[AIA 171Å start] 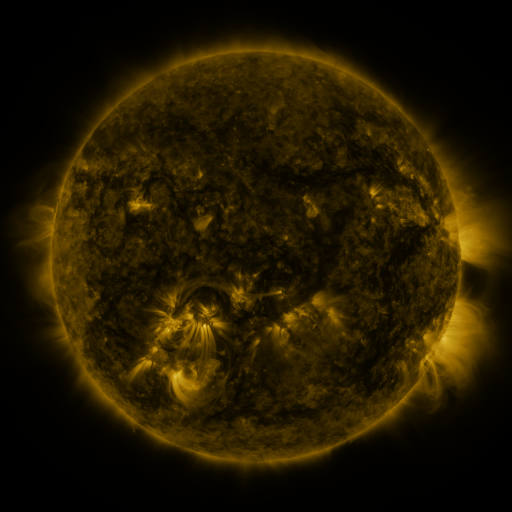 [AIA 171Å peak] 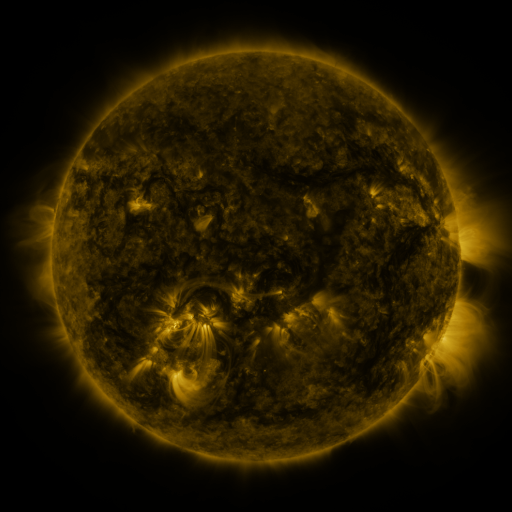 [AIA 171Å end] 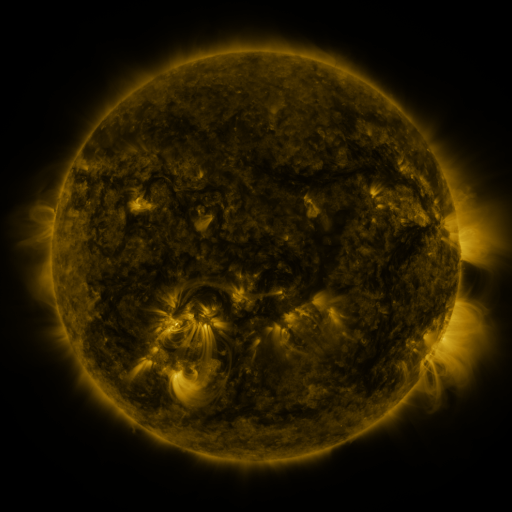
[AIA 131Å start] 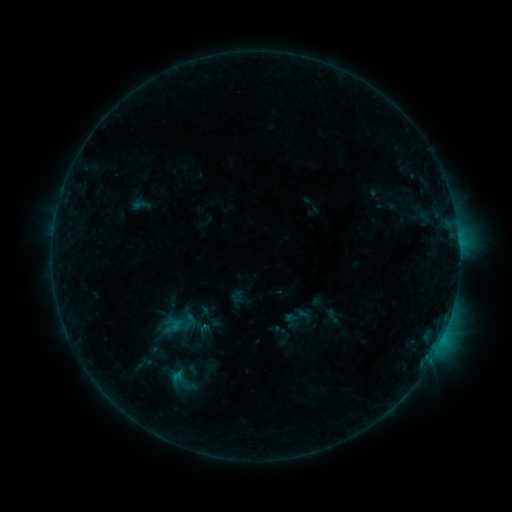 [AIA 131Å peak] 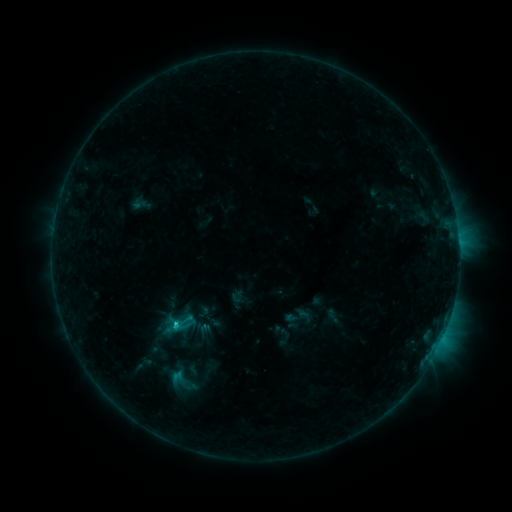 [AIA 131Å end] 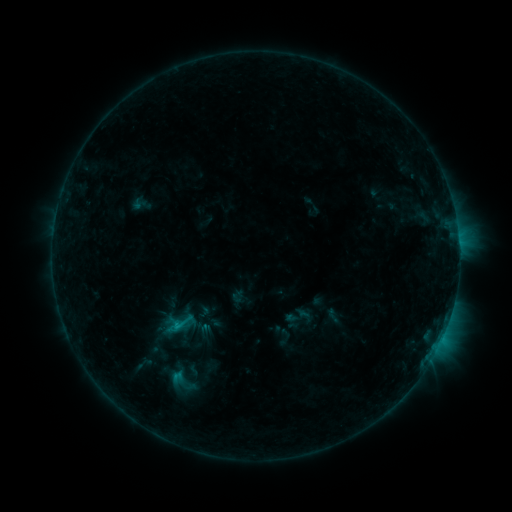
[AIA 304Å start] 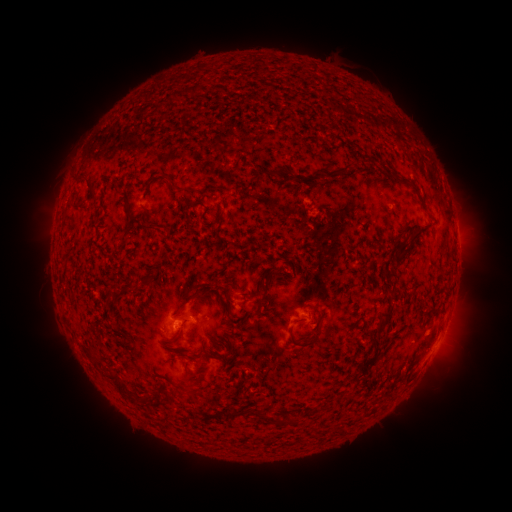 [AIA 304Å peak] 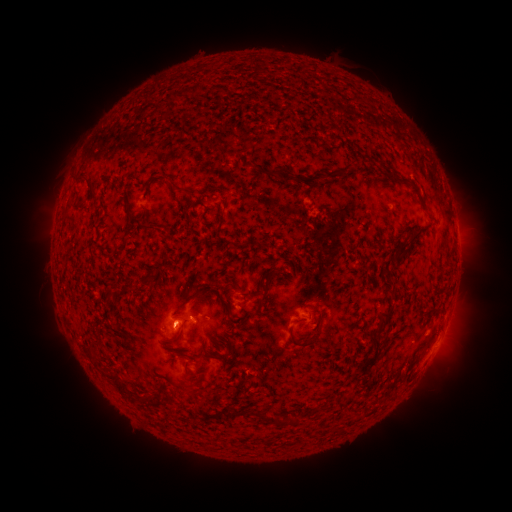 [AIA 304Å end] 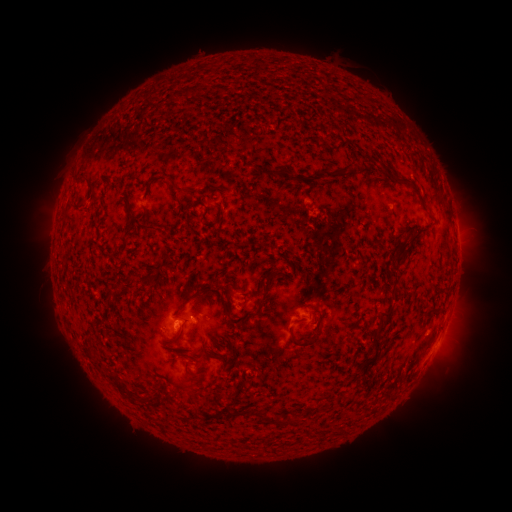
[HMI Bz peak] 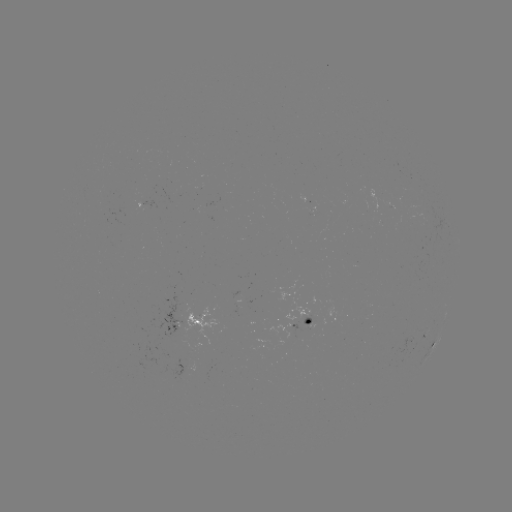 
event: flare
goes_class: B8.5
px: (176, 323)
